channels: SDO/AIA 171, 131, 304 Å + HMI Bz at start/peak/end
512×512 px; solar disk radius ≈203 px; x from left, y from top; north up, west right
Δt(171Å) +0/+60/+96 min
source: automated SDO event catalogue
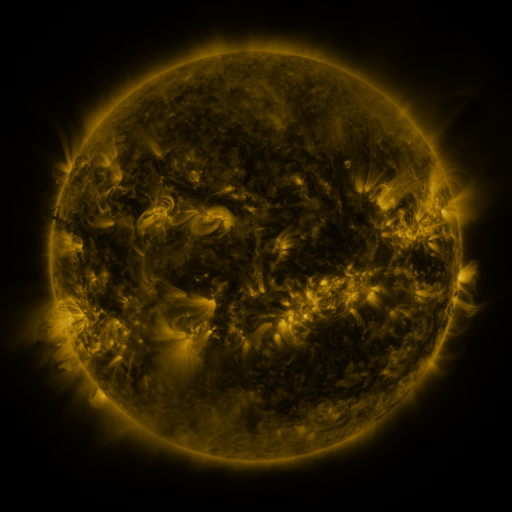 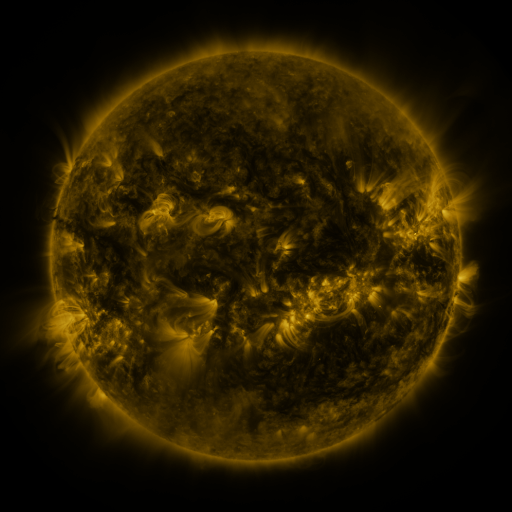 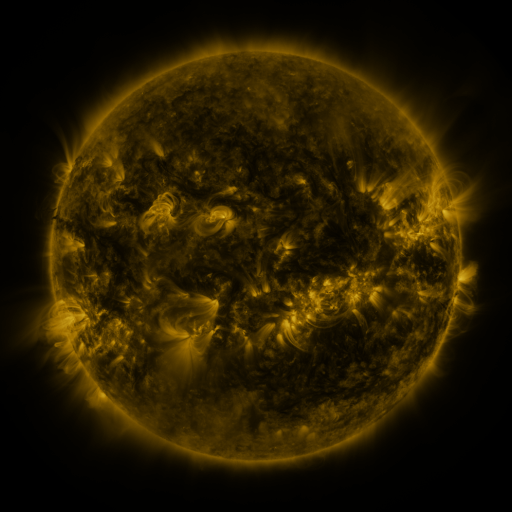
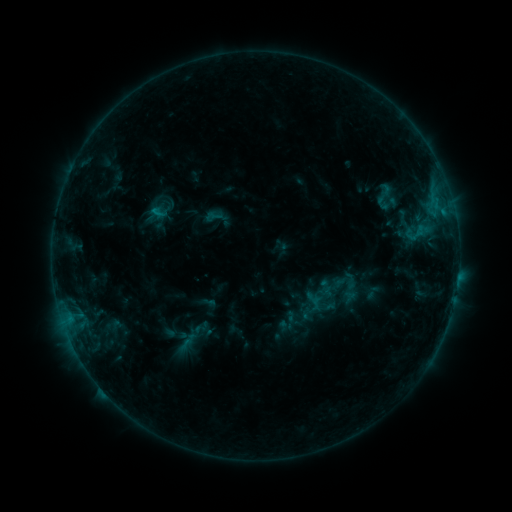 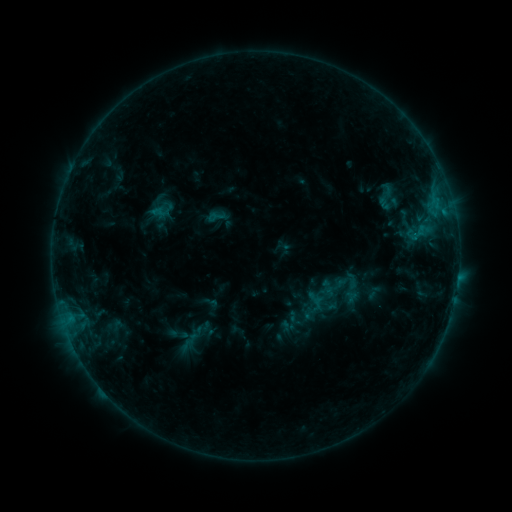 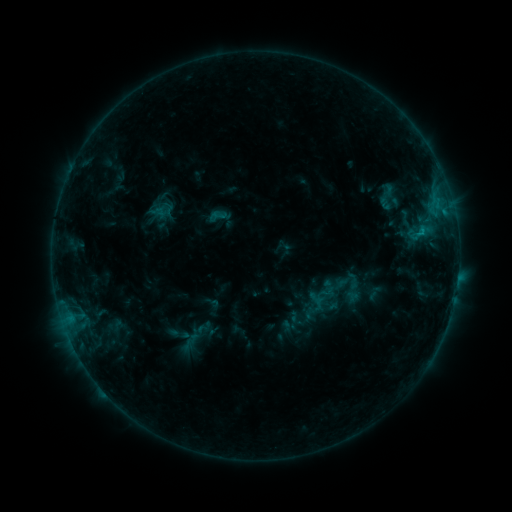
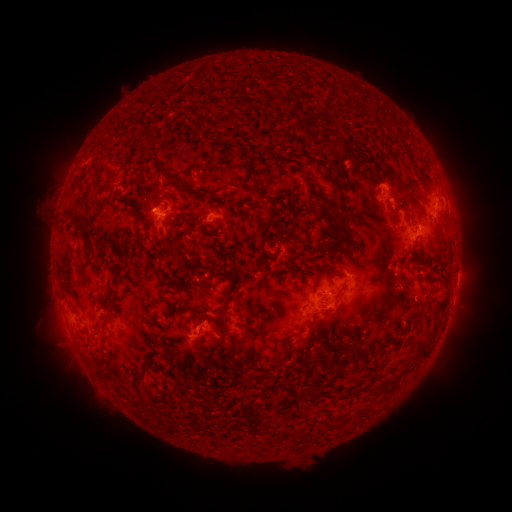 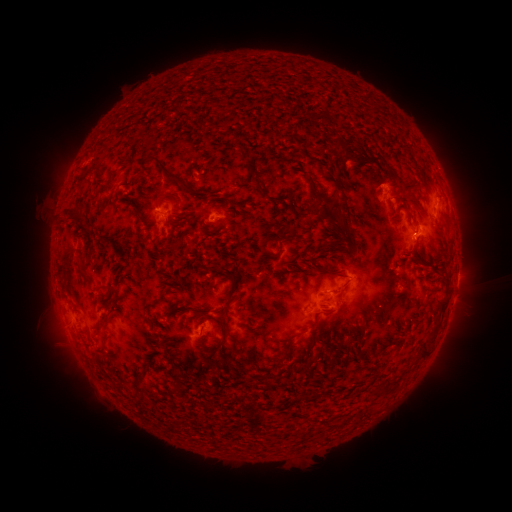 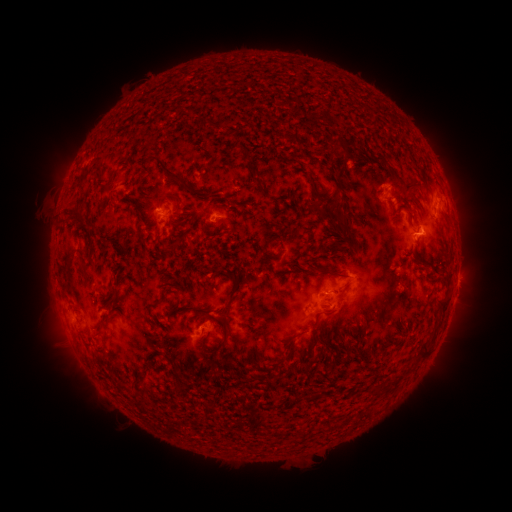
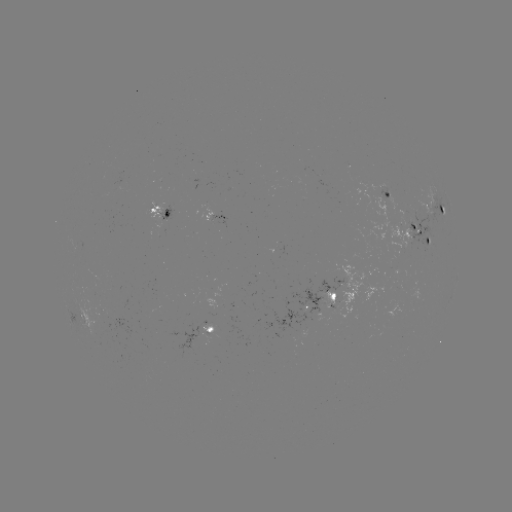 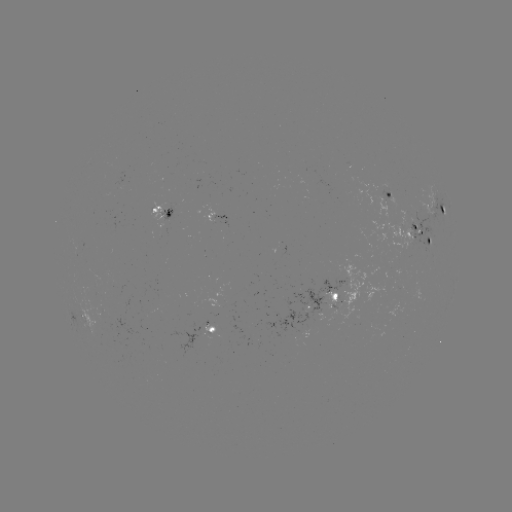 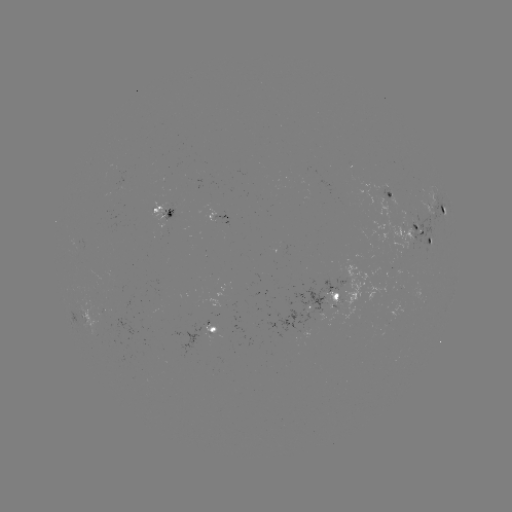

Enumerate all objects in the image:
emerging-flux region: (416, 226)
